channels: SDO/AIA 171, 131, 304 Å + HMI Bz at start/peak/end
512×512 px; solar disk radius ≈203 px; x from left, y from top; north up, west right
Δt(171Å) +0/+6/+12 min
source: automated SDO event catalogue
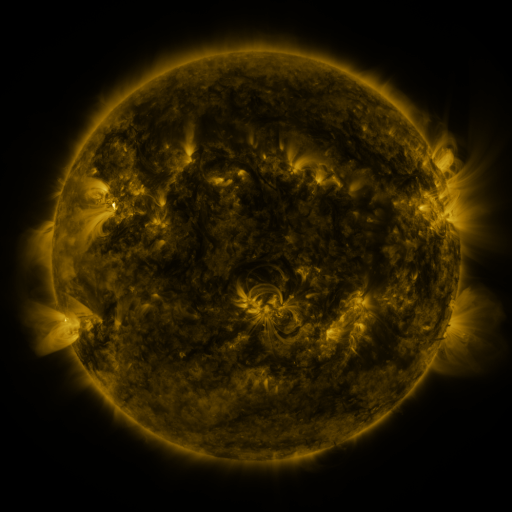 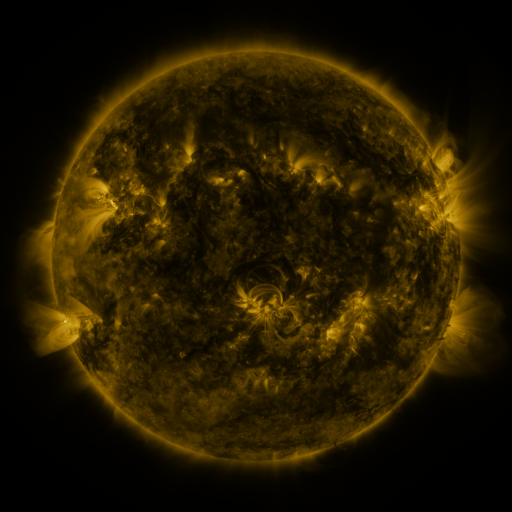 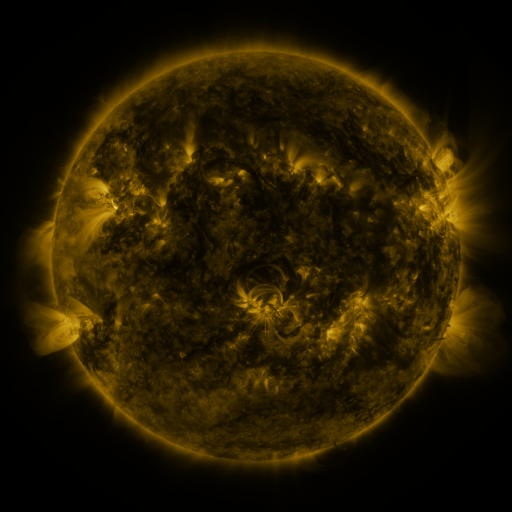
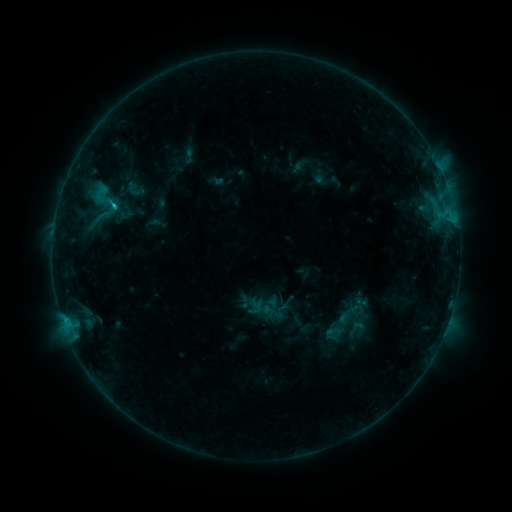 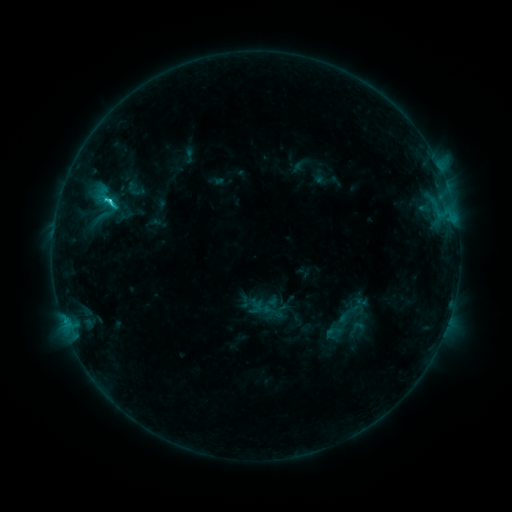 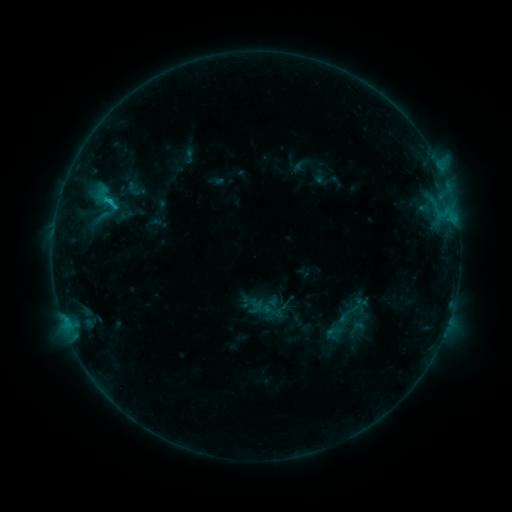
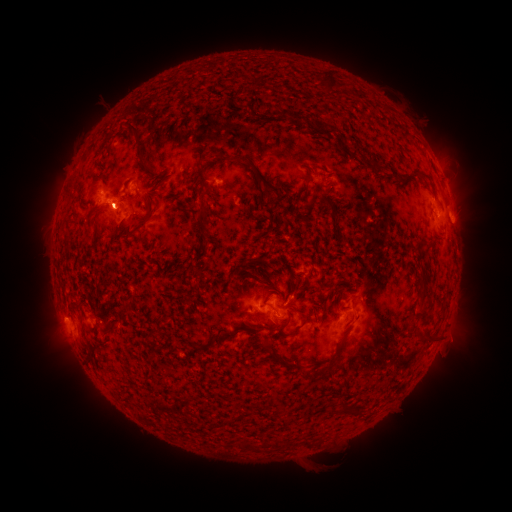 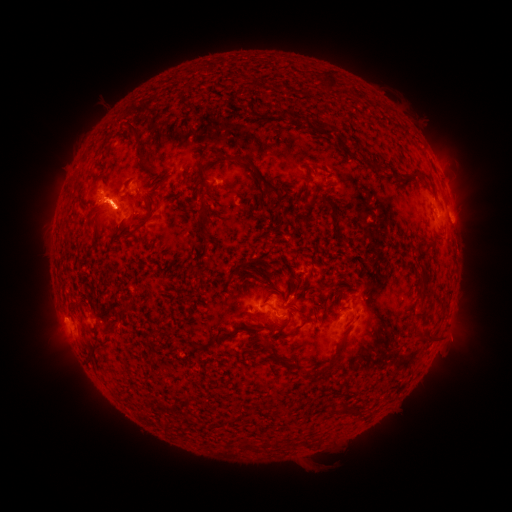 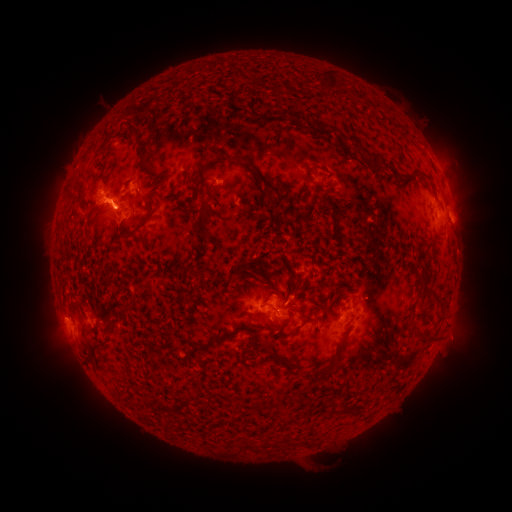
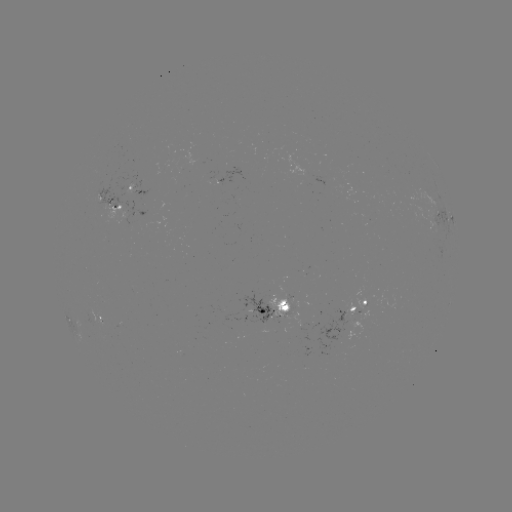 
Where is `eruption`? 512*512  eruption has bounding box [303, 309, 392, 370].